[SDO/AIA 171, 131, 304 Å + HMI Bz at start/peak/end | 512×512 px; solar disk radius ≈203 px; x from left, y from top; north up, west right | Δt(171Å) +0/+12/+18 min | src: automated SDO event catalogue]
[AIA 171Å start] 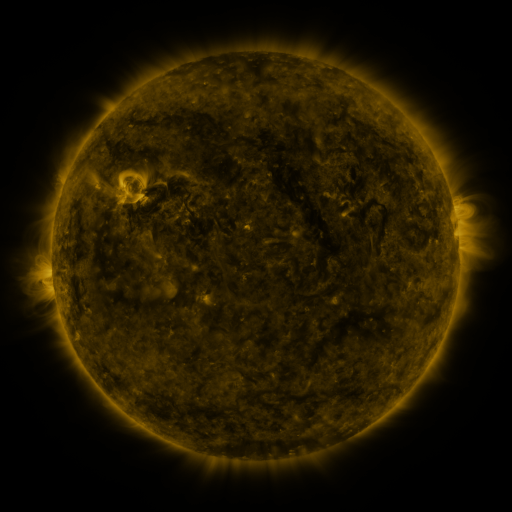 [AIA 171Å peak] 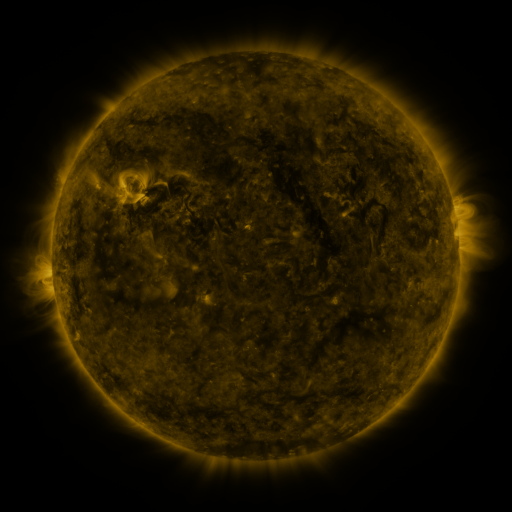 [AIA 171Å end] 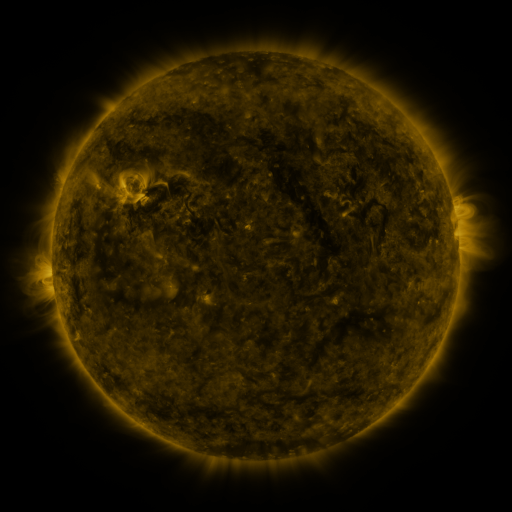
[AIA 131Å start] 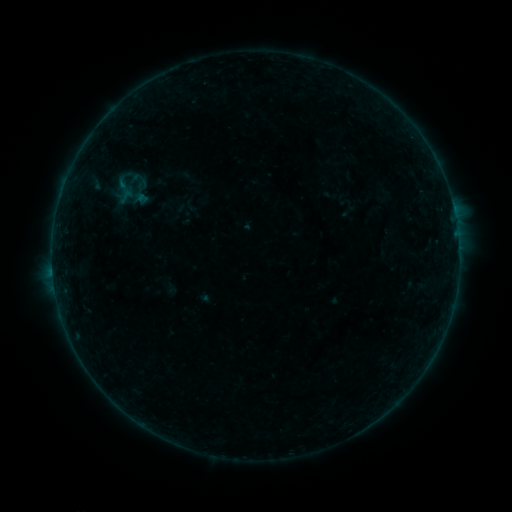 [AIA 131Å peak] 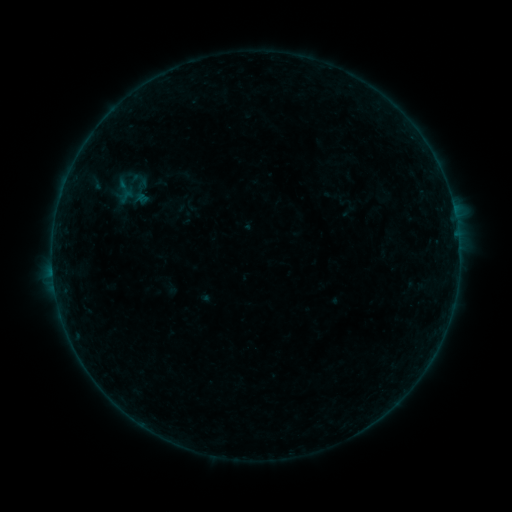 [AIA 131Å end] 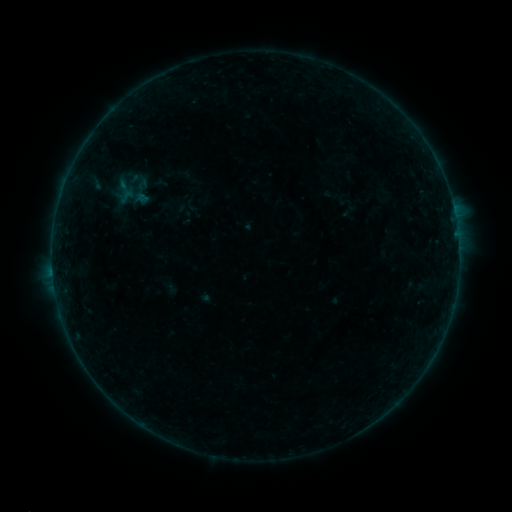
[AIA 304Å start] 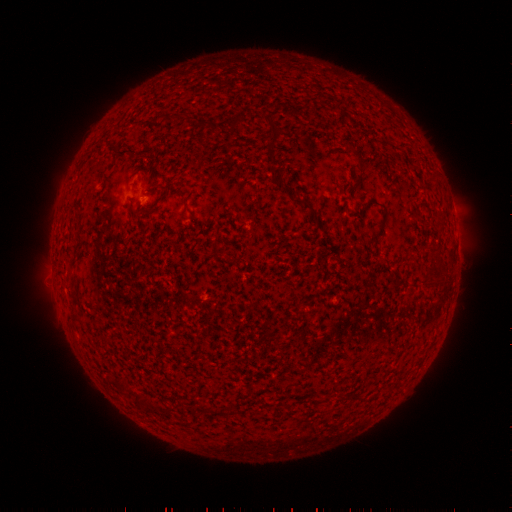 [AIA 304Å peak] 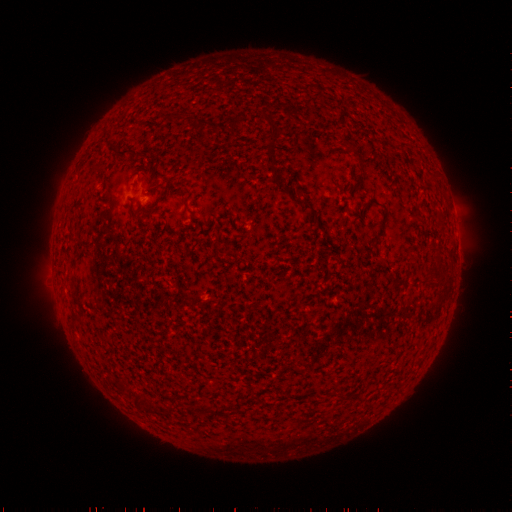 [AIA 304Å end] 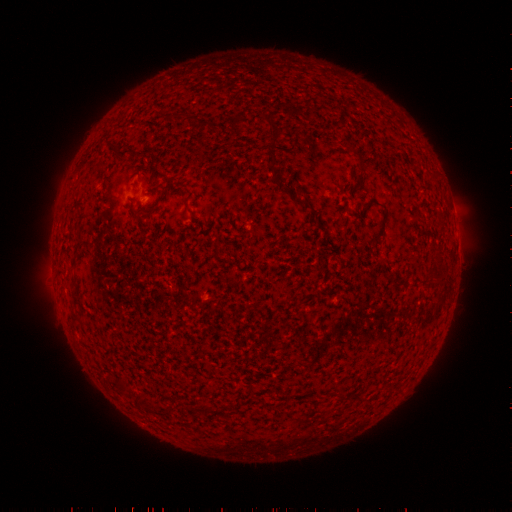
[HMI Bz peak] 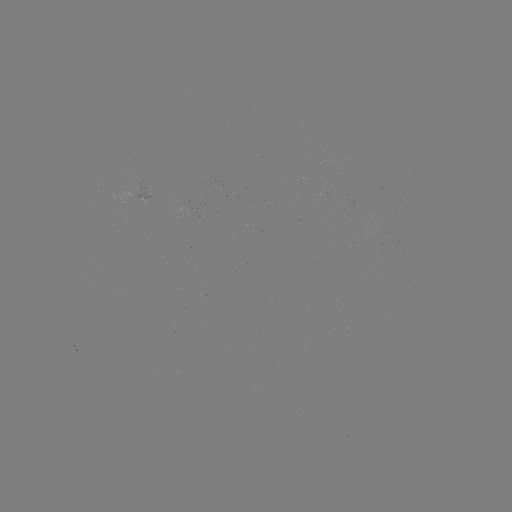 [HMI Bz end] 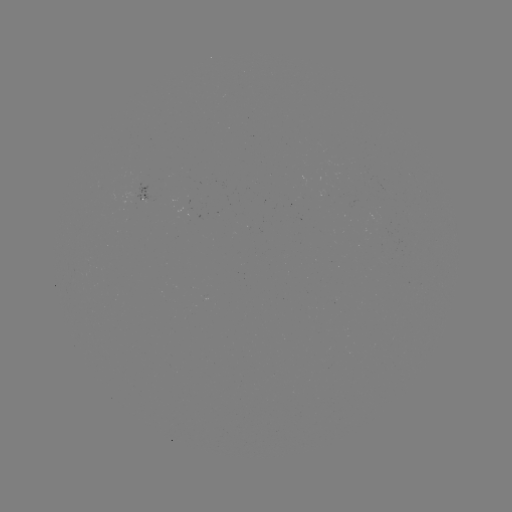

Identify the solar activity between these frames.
nothing was catalogued: no classed flare, no EUV trigger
